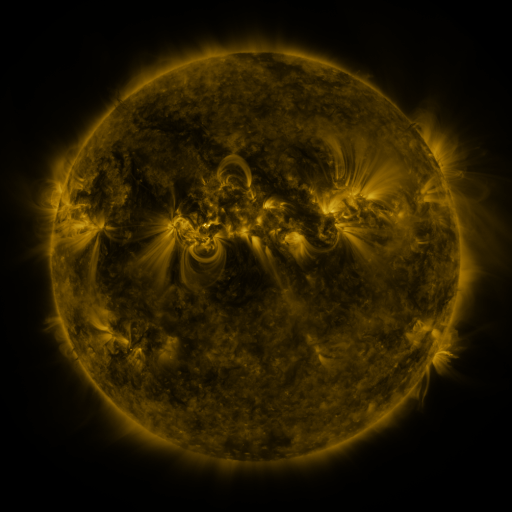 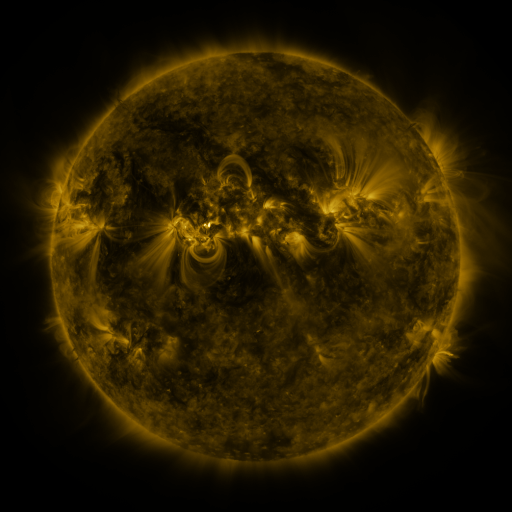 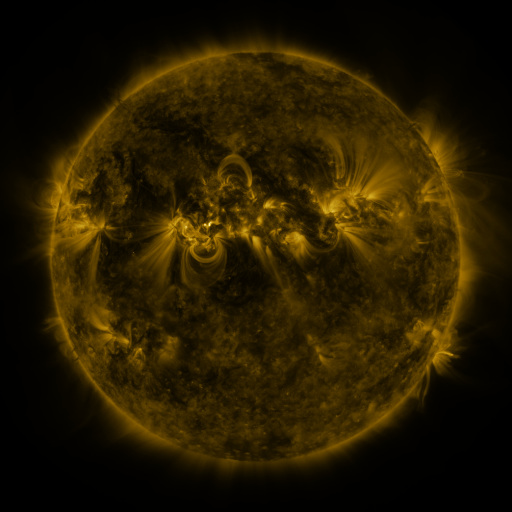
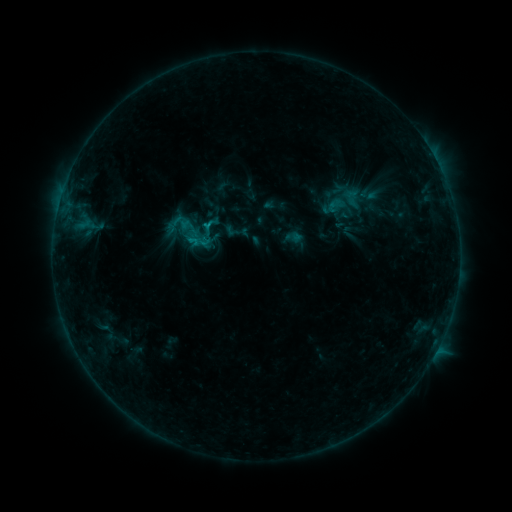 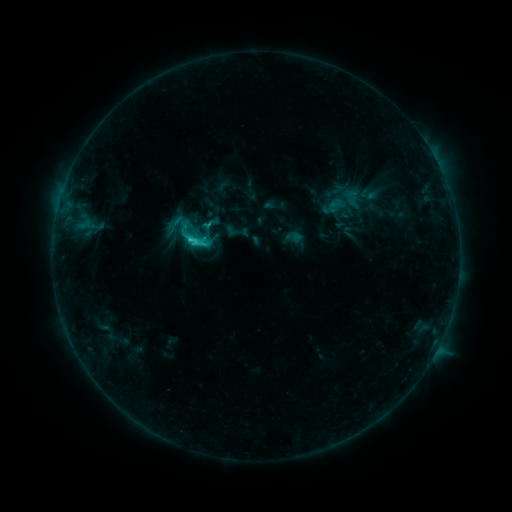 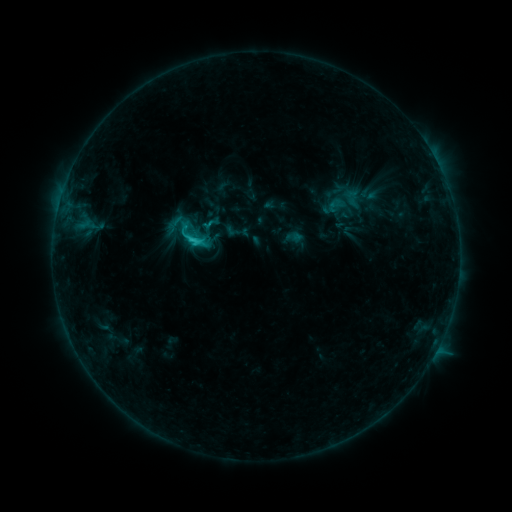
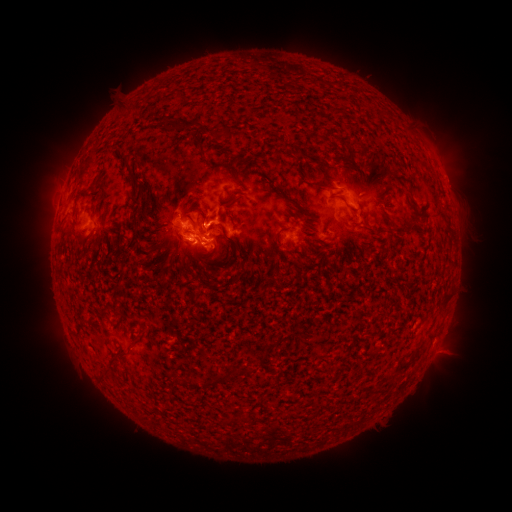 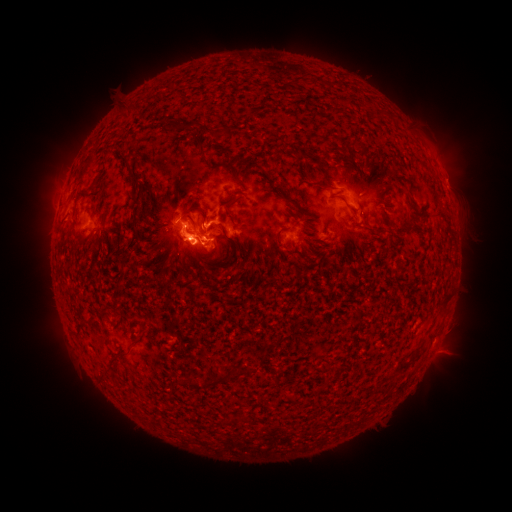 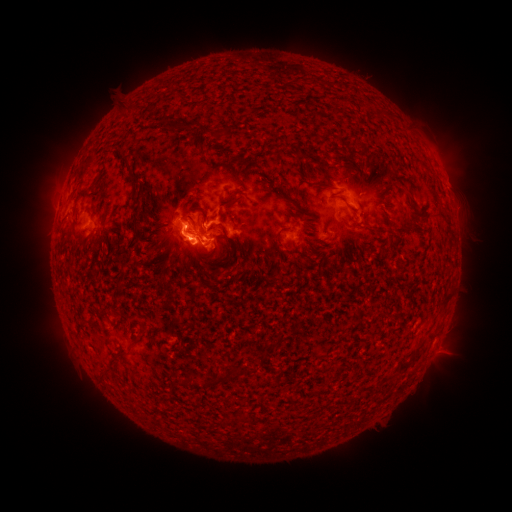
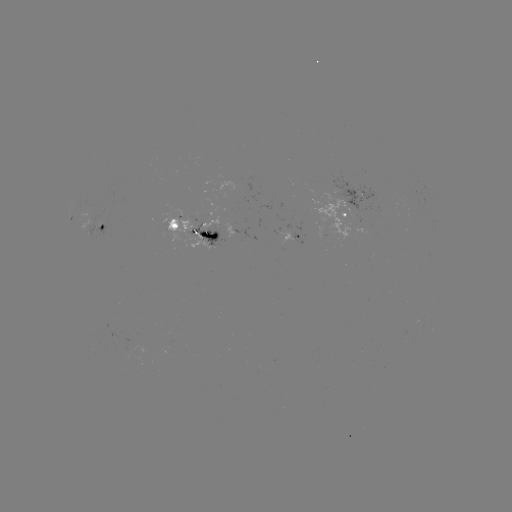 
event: flare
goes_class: C2.4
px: (193, 243)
